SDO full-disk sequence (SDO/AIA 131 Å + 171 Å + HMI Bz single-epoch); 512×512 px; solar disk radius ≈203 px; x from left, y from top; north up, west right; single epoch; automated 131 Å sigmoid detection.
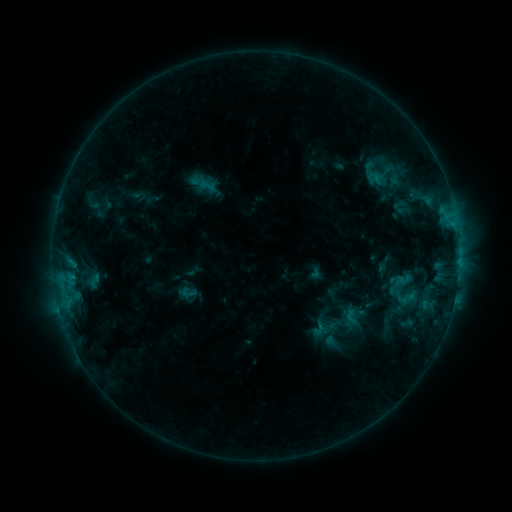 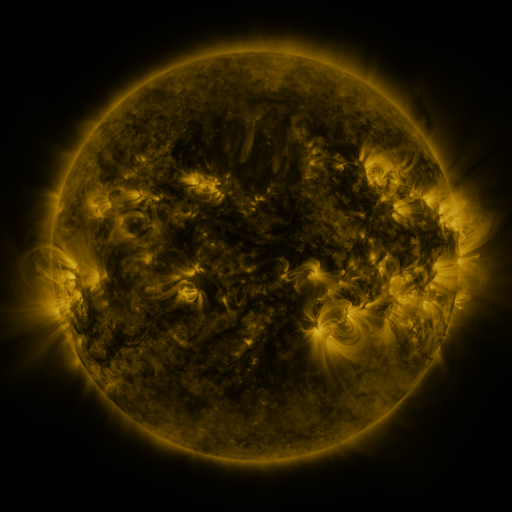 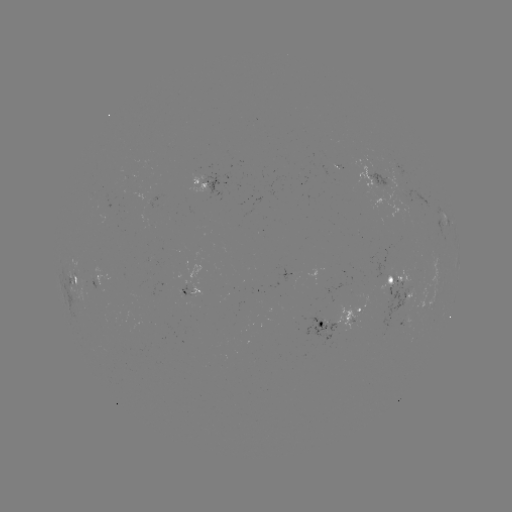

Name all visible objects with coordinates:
sigmoid: <bbox>199, 177, 216, 194</bbox>
